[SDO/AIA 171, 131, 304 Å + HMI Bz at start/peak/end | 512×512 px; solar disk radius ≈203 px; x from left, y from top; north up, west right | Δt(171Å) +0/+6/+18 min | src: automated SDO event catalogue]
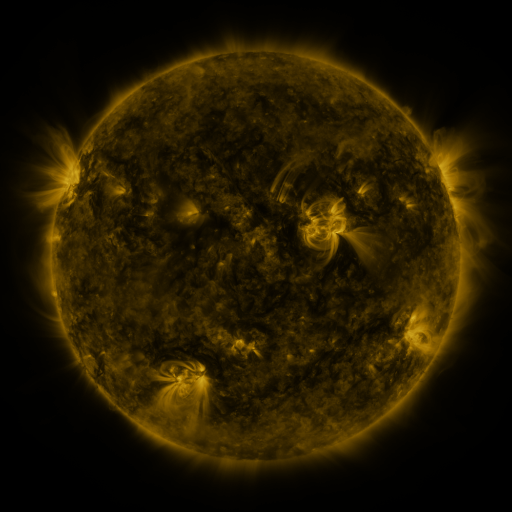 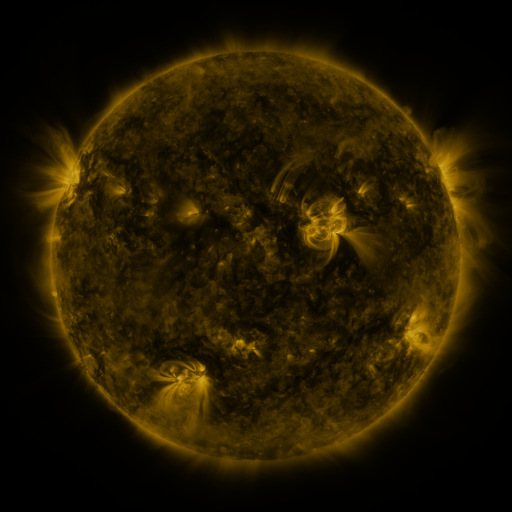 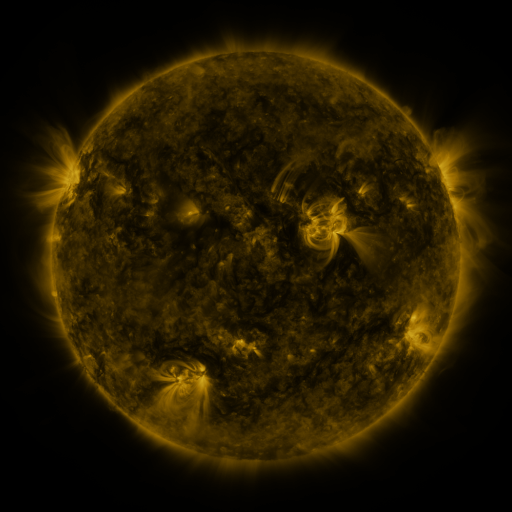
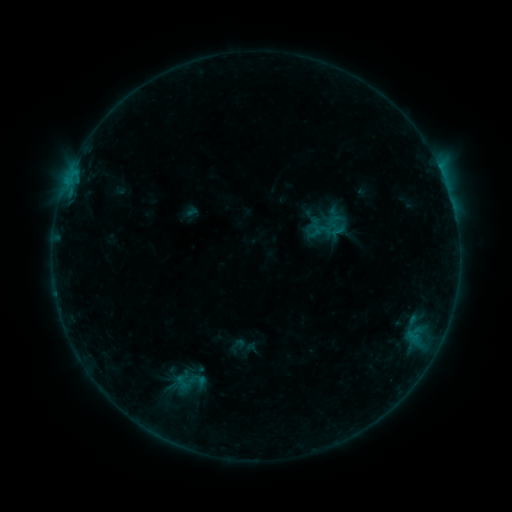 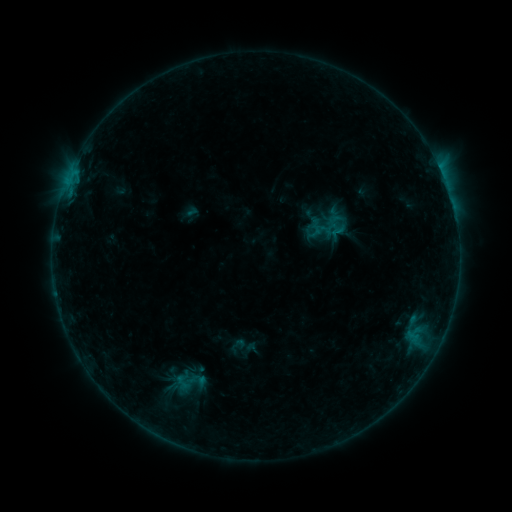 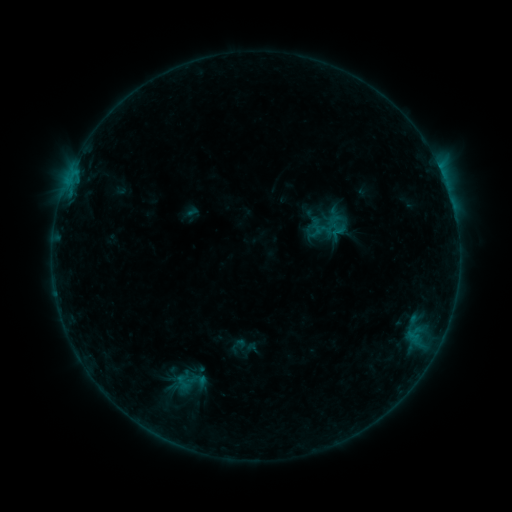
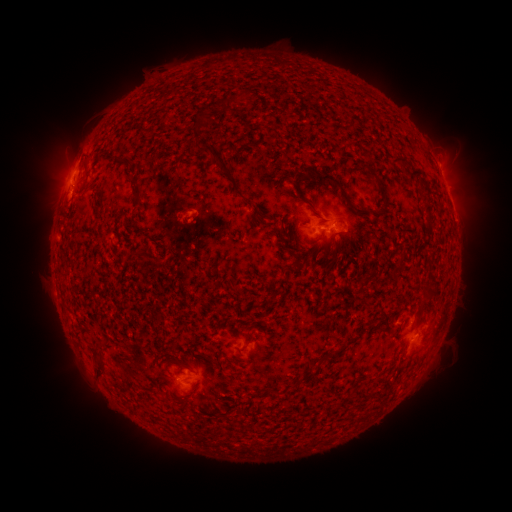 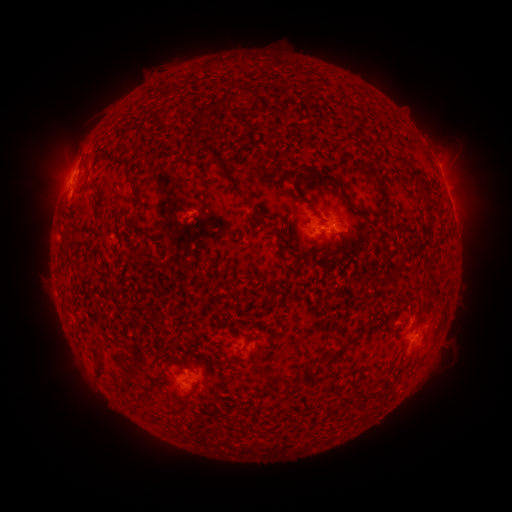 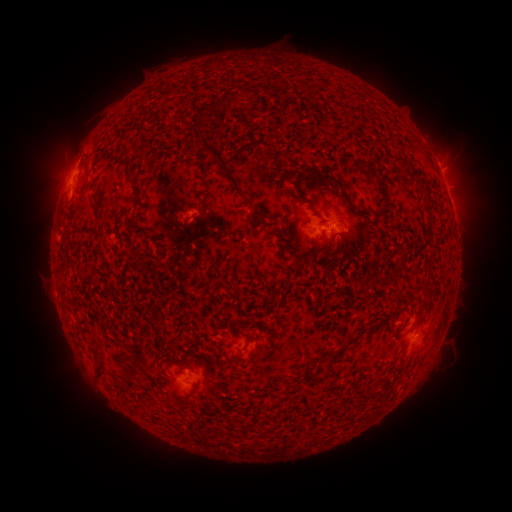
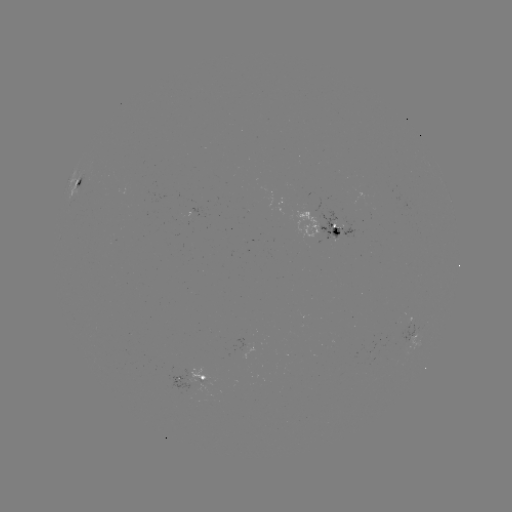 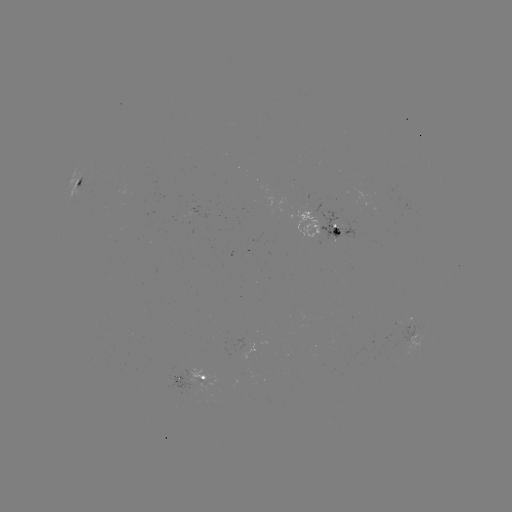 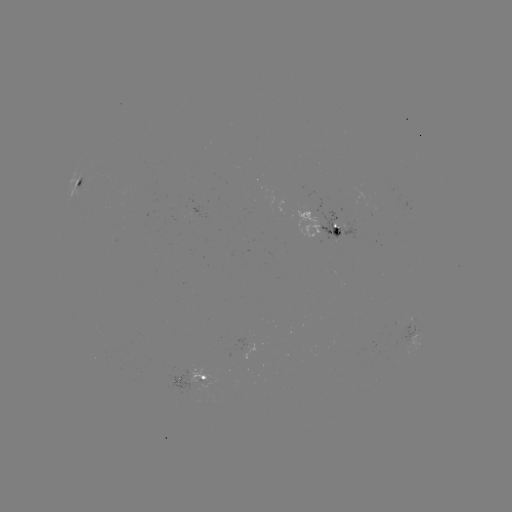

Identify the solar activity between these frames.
no catalogued flare and no flagged EUV brightening in this window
